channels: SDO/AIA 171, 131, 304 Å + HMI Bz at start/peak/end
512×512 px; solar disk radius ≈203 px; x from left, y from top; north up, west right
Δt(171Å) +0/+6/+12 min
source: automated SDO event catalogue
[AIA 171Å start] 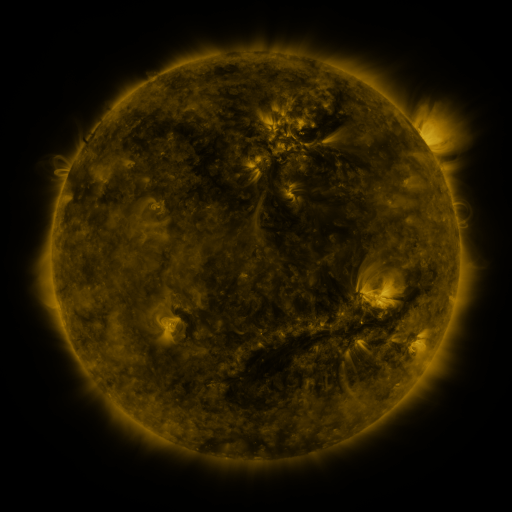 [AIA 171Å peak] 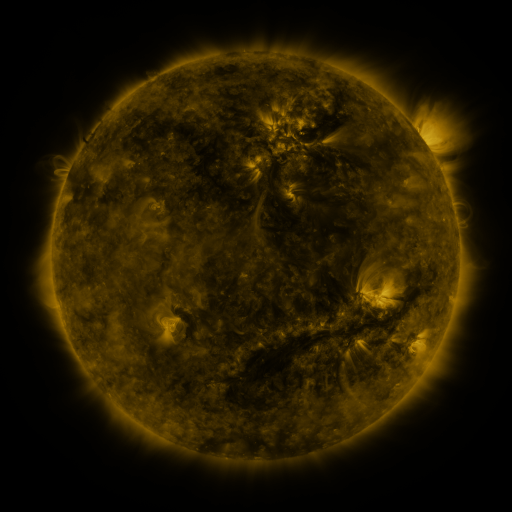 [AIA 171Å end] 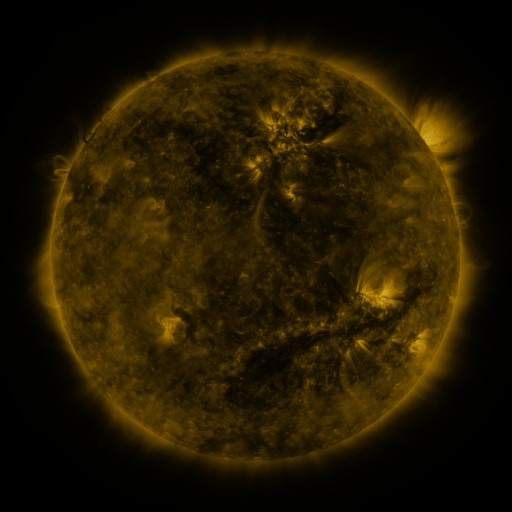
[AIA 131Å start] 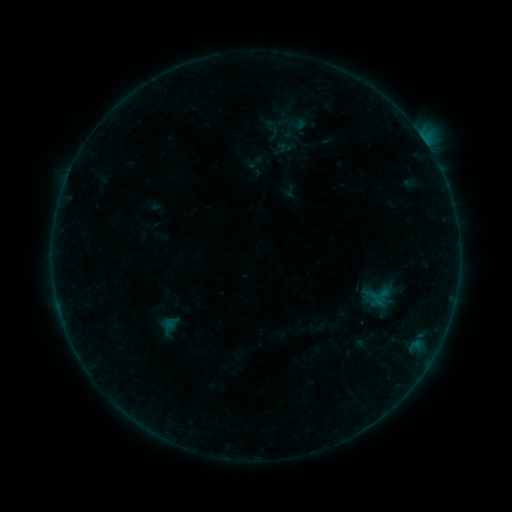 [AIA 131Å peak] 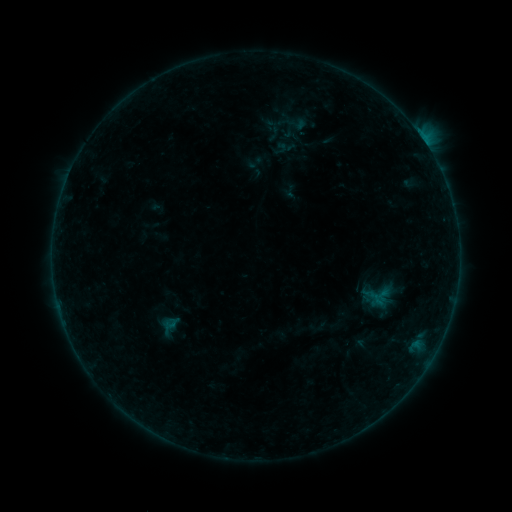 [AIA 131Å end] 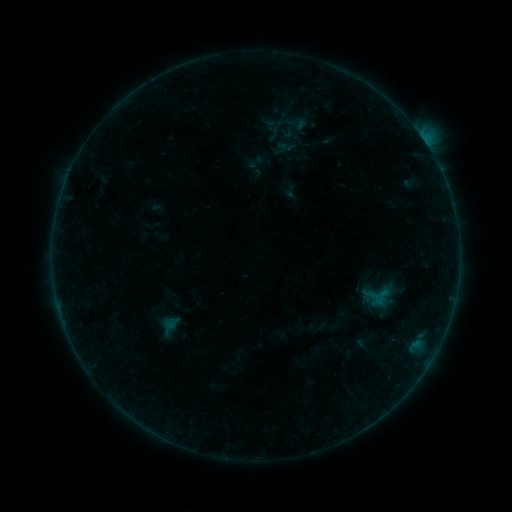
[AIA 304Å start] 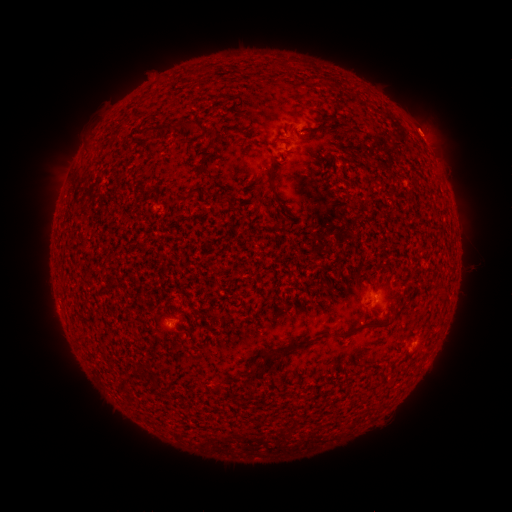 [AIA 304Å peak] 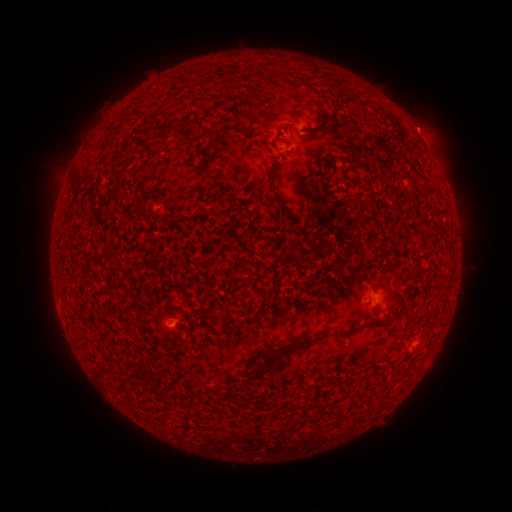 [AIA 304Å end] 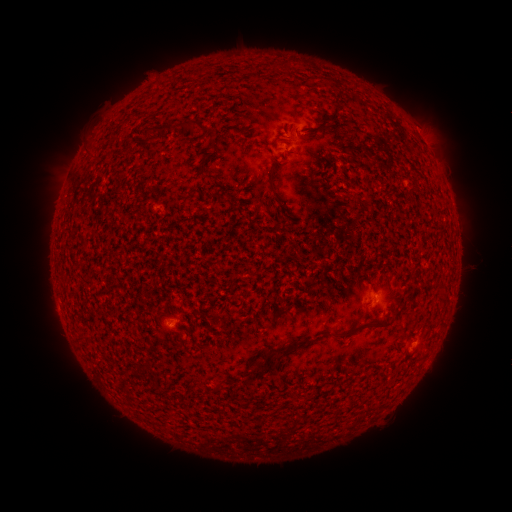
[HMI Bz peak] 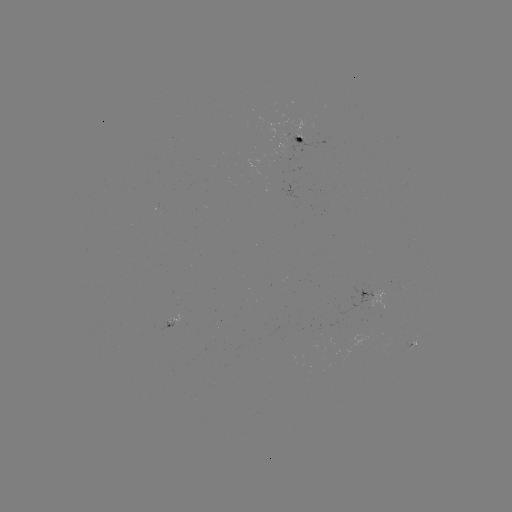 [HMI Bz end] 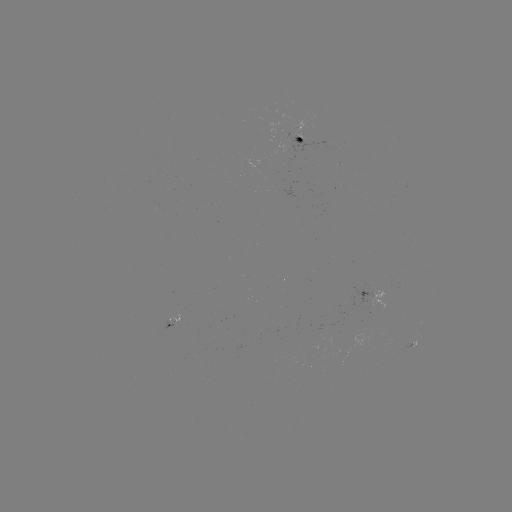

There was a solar flare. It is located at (417, 133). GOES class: B1.7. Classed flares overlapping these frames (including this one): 1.